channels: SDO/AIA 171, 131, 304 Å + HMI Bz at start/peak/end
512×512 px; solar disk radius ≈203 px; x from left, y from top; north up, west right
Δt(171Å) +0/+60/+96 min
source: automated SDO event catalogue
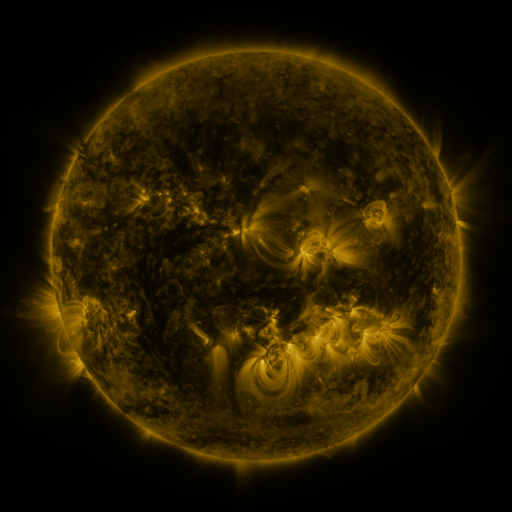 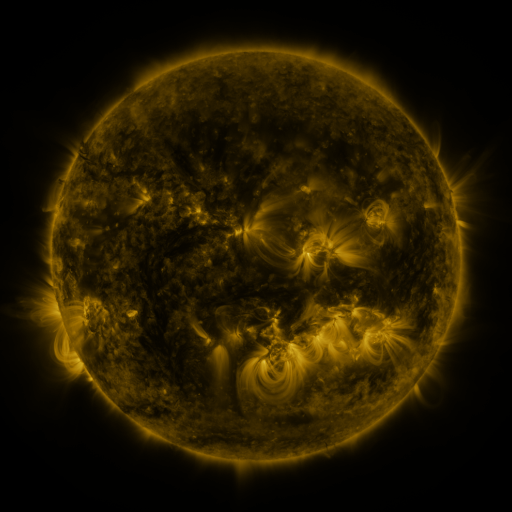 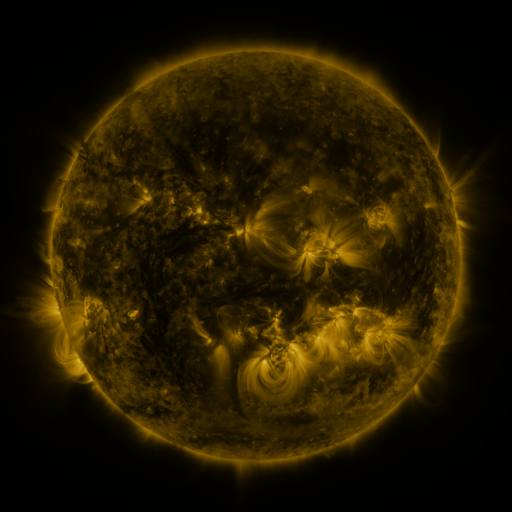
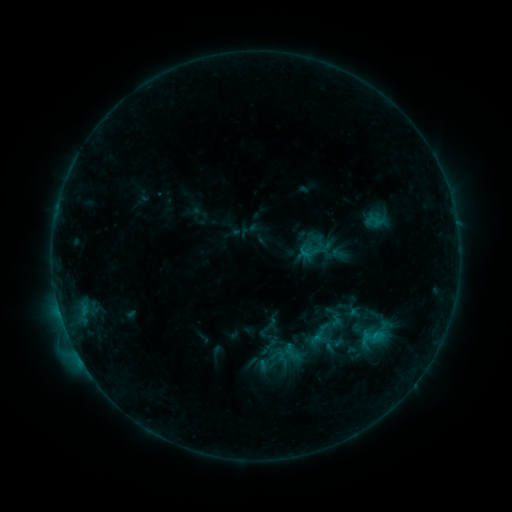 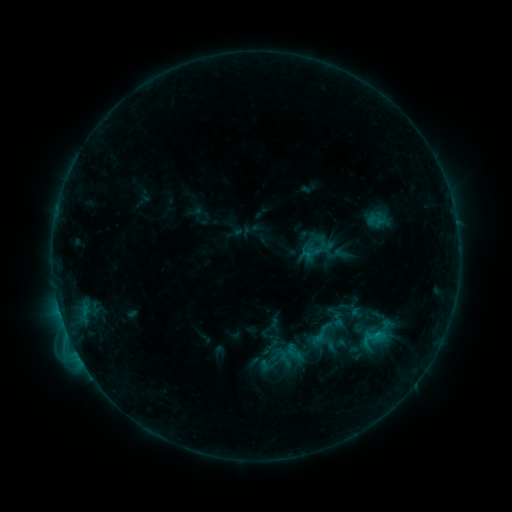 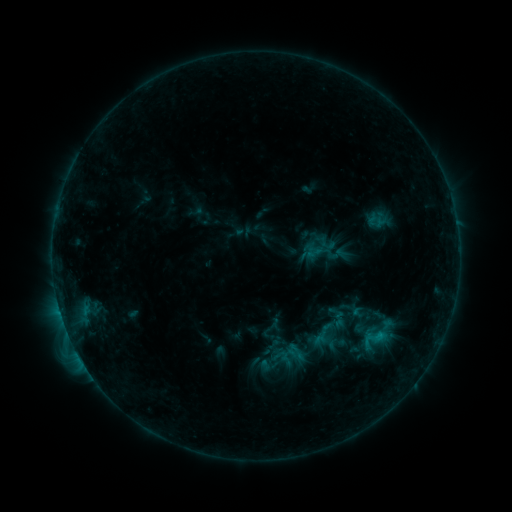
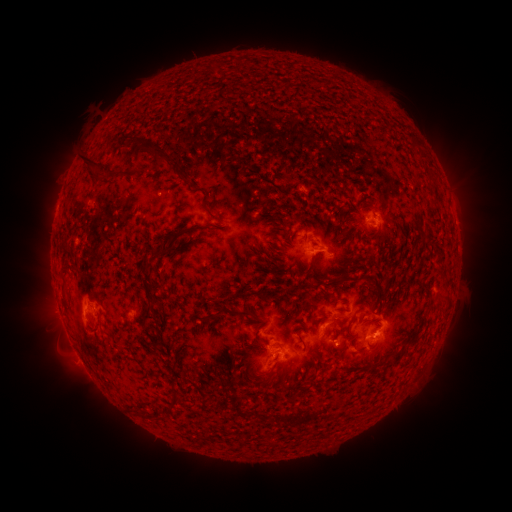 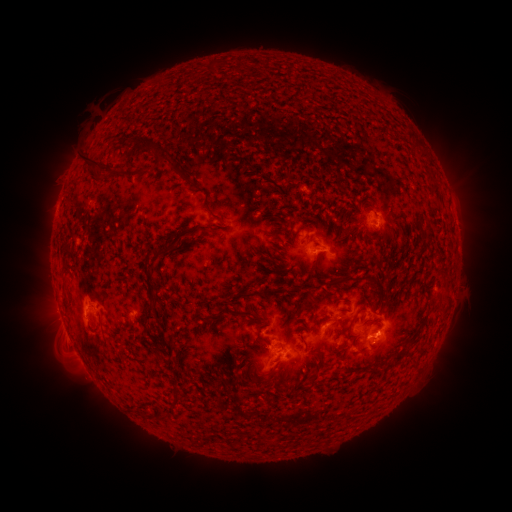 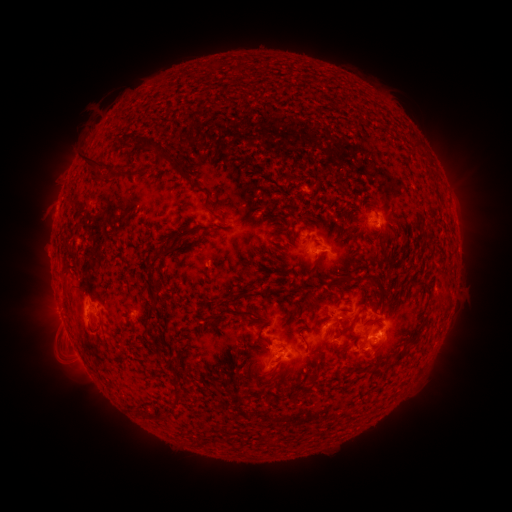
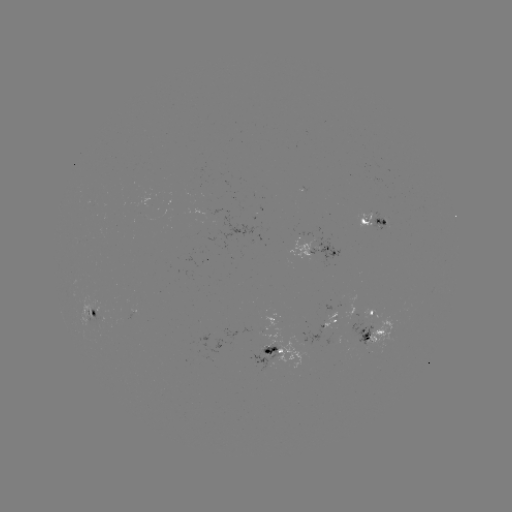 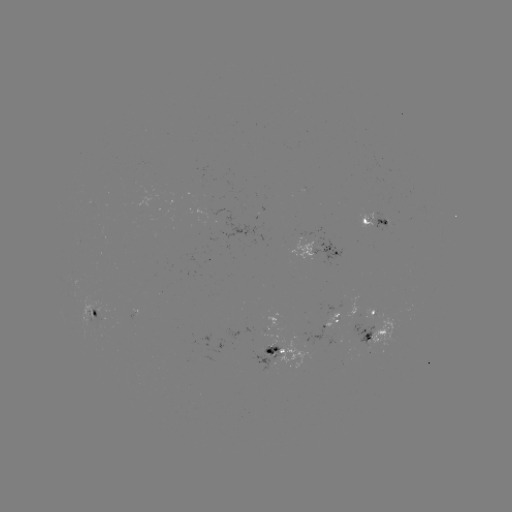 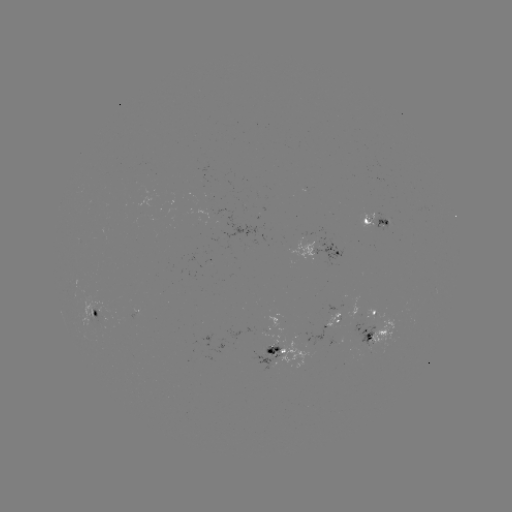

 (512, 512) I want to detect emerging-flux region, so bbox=[81, 306, 110, 339].